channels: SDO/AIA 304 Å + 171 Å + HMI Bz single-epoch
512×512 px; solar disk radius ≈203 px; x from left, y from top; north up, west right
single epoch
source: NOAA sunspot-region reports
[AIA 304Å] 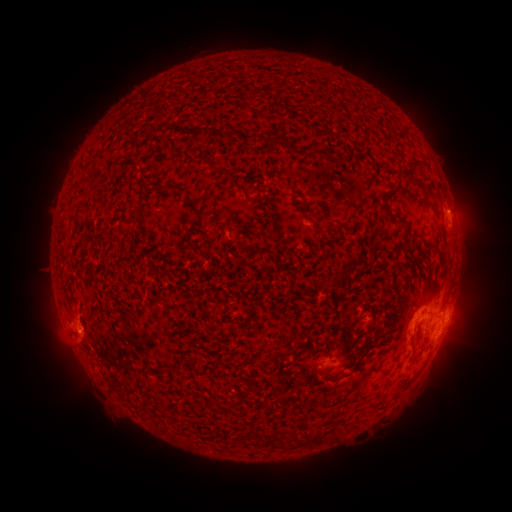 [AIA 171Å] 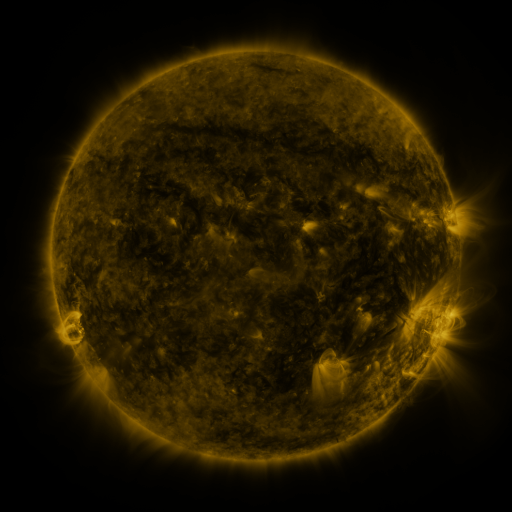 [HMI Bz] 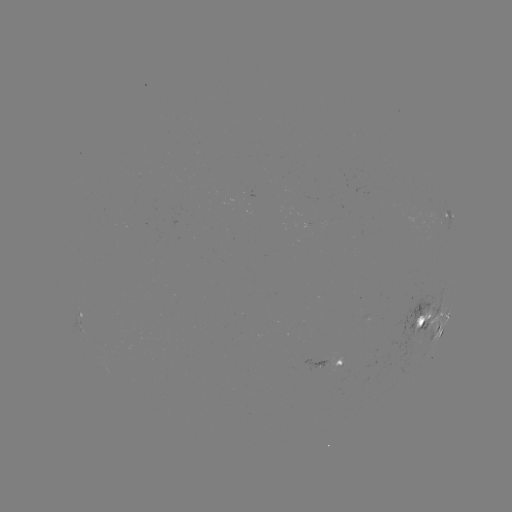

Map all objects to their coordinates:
spotted active region: (449, 221)
spotted active region: (448, 317)
spotted active region: (422, 320)
spotted active region: (434, 336)
spotted active region: (320, 364)
